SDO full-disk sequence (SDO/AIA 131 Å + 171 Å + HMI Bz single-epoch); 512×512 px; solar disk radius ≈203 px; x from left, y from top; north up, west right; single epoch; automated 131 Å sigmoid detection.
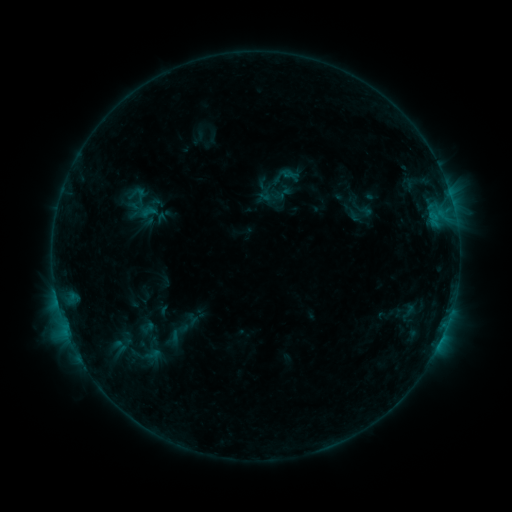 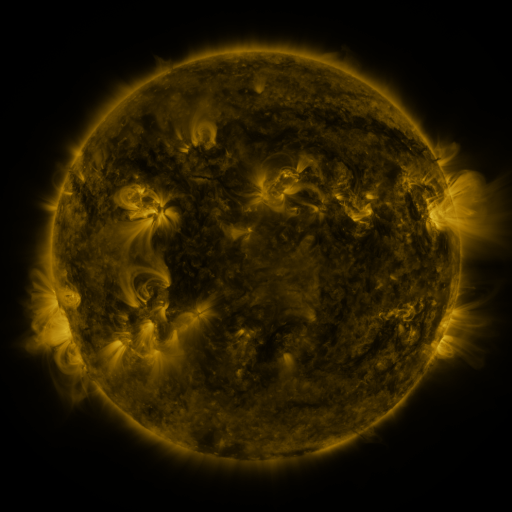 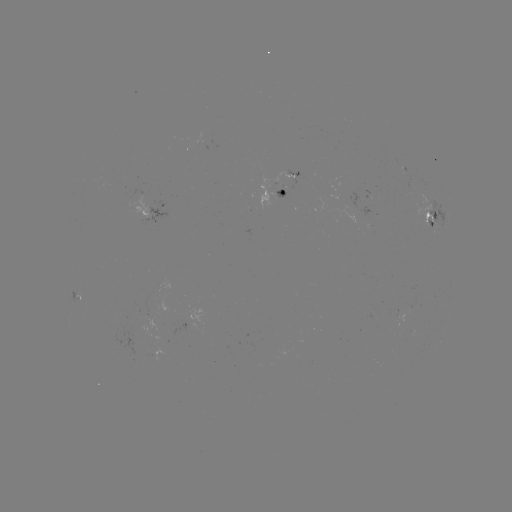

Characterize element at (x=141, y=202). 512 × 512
sigmoid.